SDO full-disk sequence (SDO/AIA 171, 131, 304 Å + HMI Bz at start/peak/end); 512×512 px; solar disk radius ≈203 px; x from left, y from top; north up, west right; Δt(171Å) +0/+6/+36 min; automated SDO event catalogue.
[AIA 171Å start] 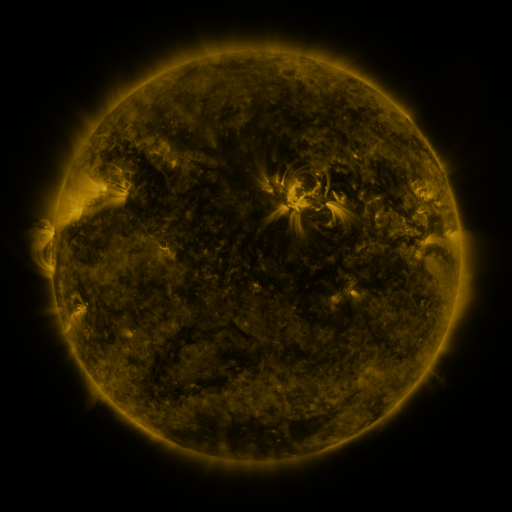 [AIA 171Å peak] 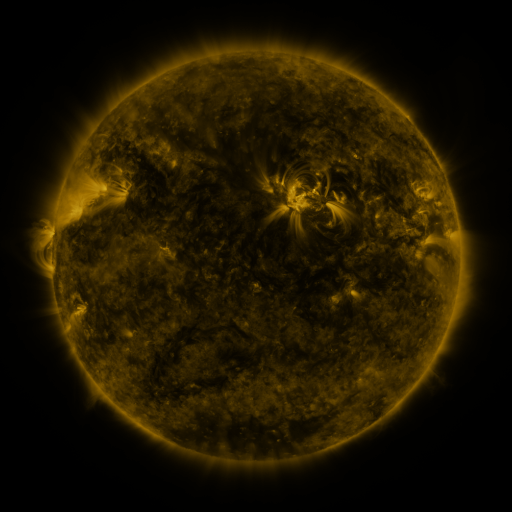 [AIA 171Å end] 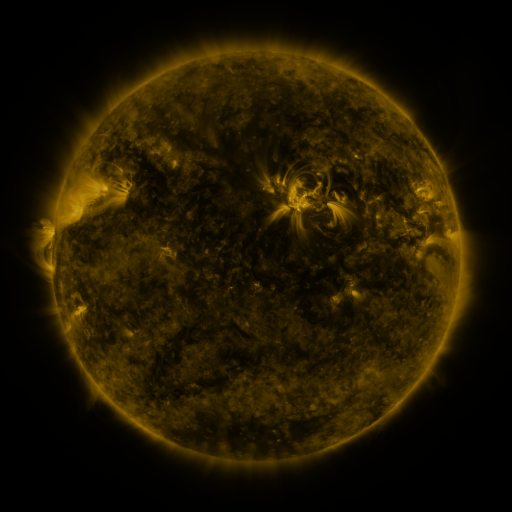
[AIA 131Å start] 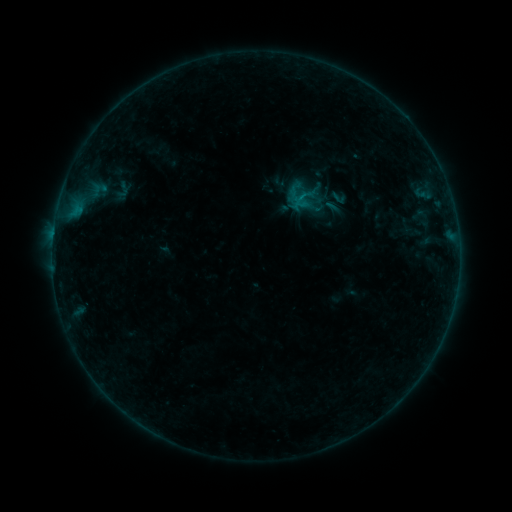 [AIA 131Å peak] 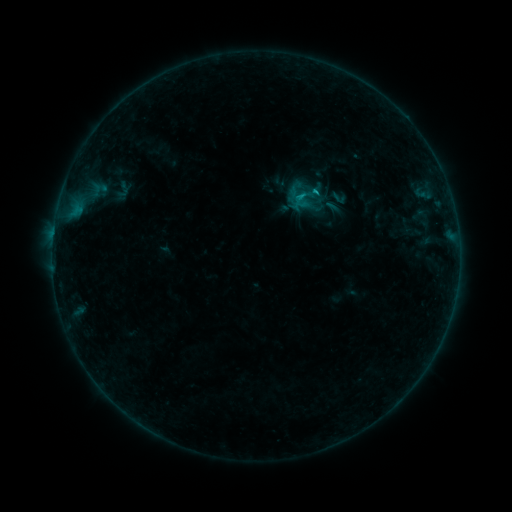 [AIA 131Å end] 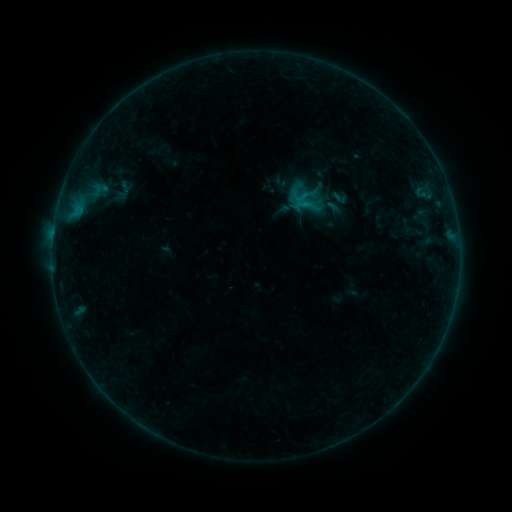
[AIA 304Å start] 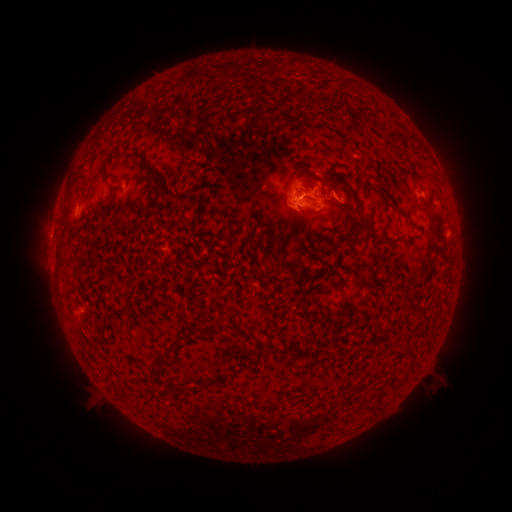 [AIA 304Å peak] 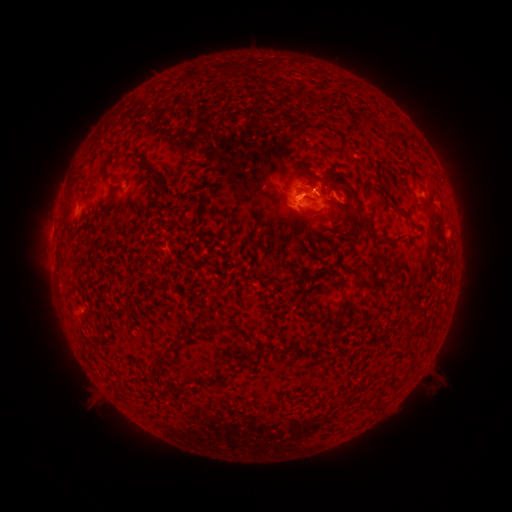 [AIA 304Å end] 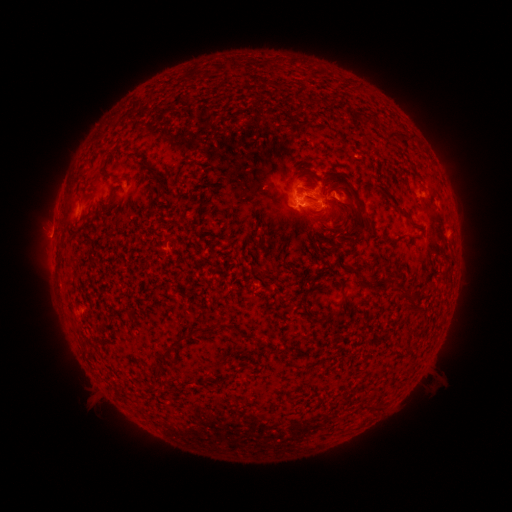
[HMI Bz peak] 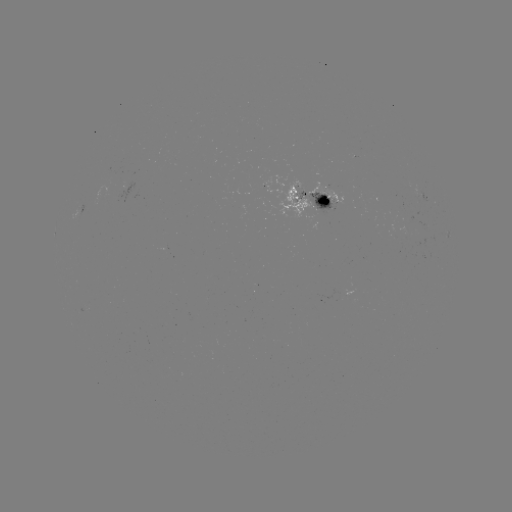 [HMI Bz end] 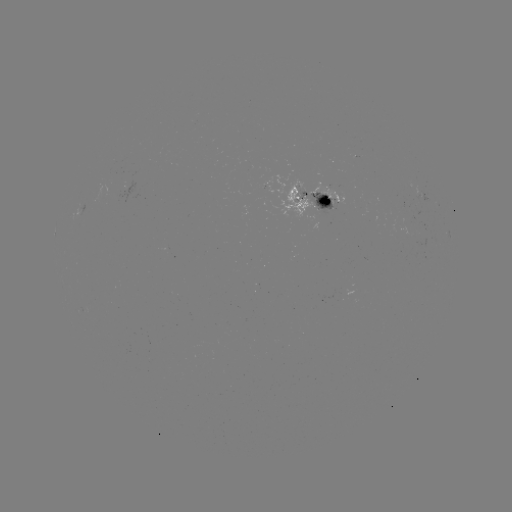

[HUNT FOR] B8.3 flare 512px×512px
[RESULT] (314, 191)